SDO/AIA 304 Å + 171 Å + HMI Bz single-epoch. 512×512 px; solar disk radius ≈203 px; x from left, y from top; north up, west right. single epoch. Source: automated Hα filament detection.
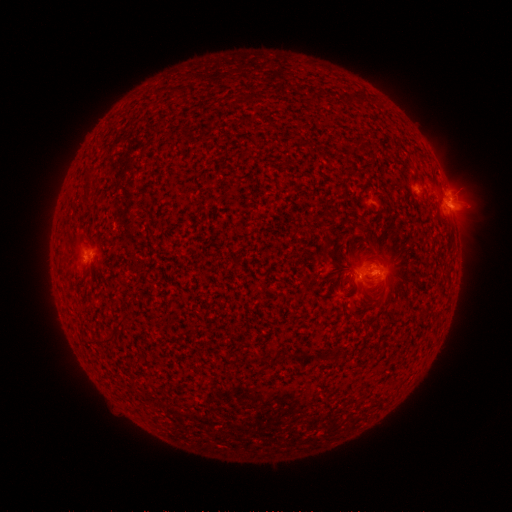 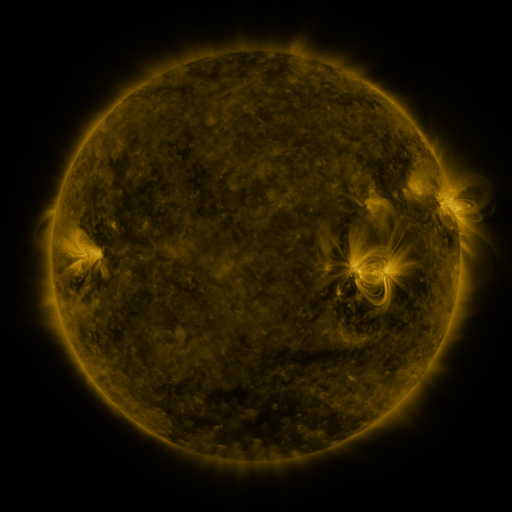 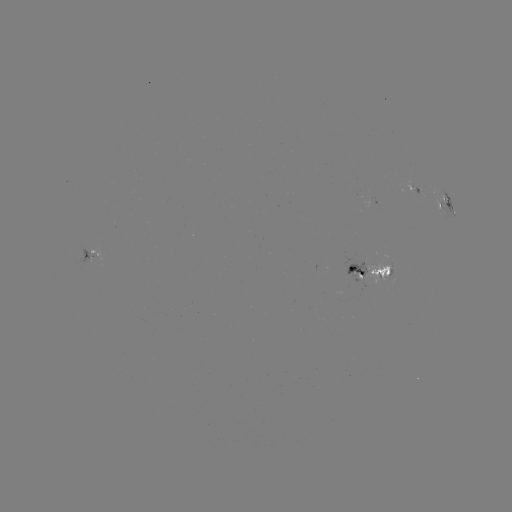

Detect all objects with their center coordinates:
filament: (347, 95, 366, 105)
filament: (384, 265, 392, 276)
filament: (349, 303, 358, 312)
filament: (113, 312, 131, 334)
filament: (90, 334, 115, 346)
